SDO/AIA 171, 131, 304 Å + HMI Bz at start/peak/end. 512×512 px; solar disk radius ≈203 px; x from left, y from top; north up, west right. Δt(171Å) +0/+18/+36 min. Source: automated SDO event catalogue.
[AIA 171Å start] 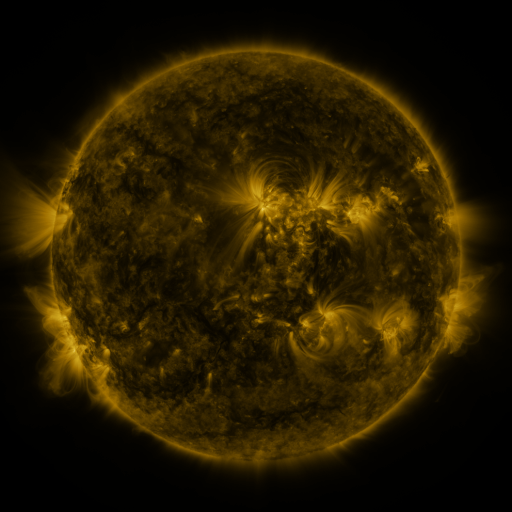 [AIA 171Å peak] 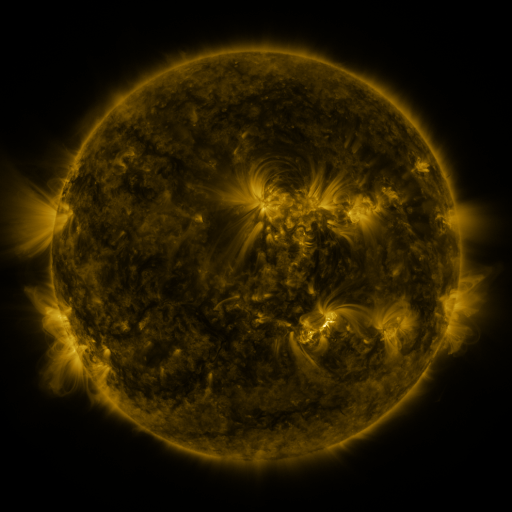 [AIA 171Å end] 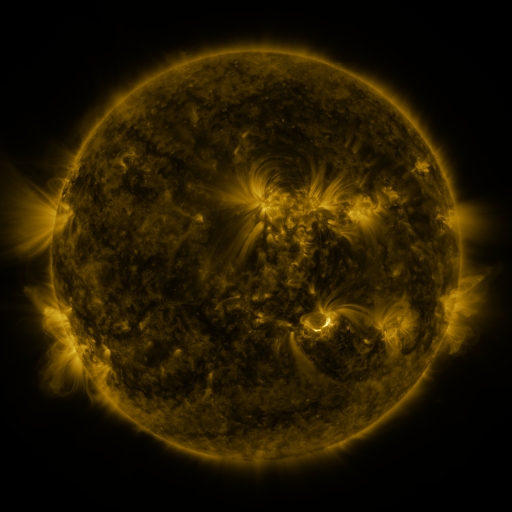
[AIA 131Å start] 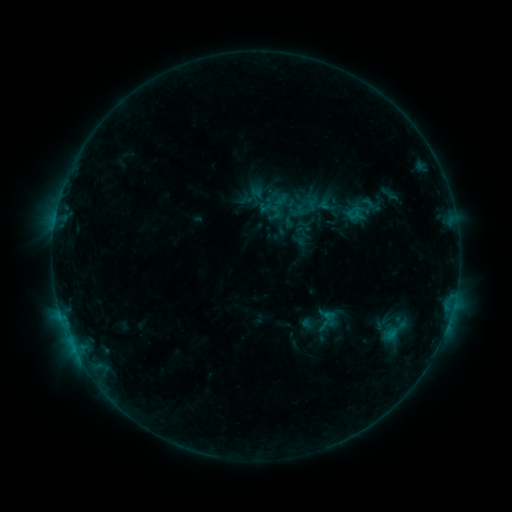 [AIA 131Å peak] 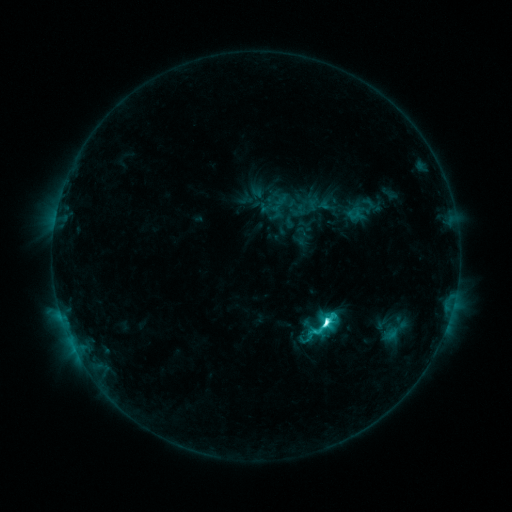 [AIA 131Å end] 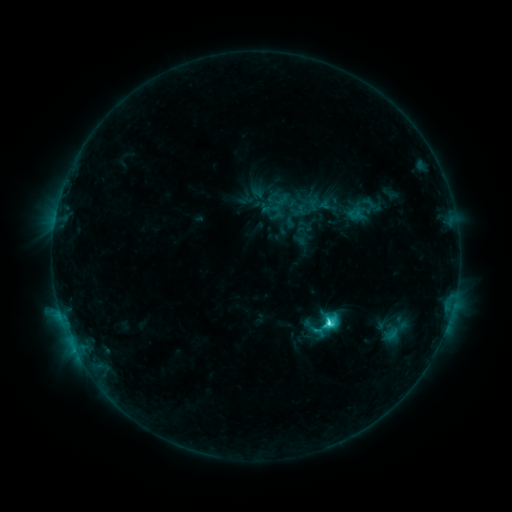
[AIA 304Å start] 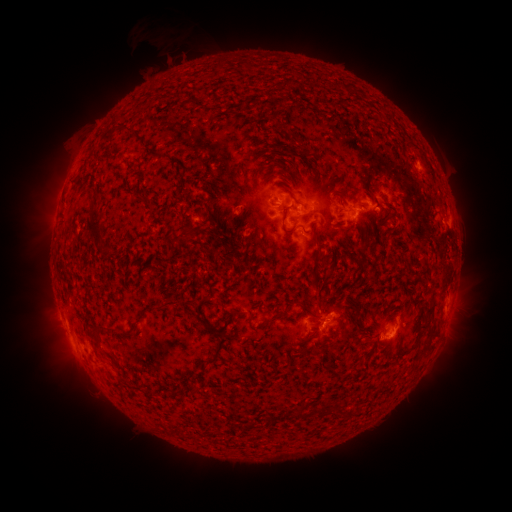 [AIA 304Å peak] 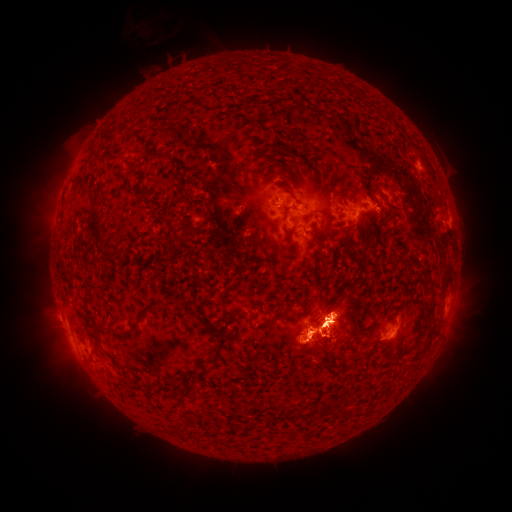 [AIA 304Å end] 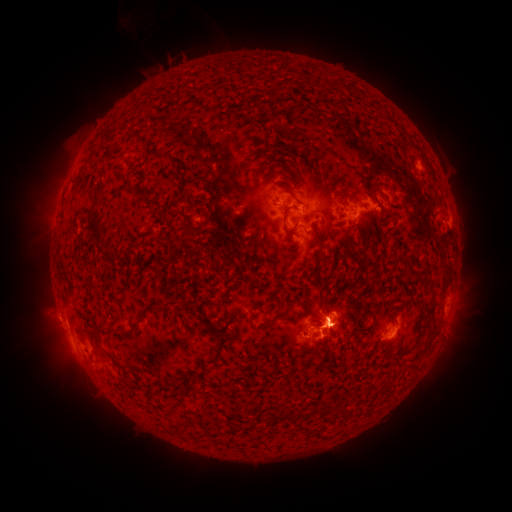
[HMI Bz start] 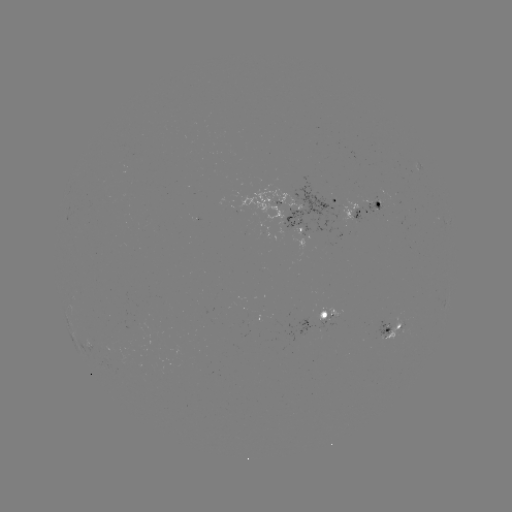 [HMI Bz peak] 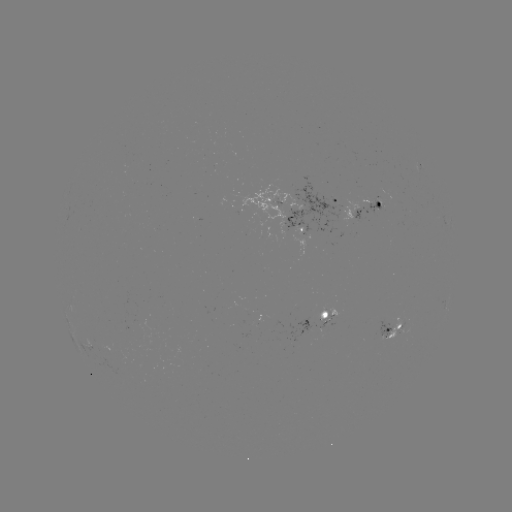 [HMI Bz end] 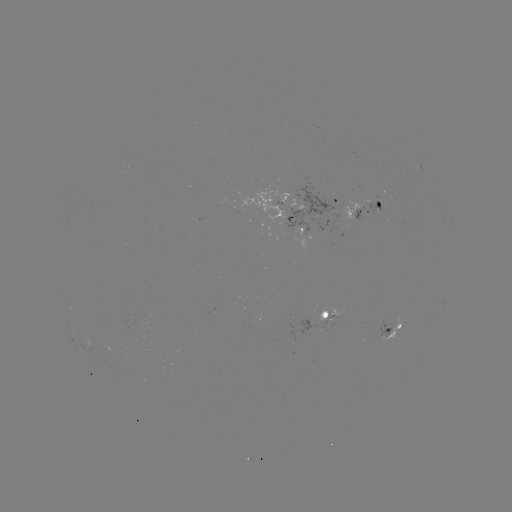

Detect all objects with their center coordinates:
C7.7 flare: (325, 323)
